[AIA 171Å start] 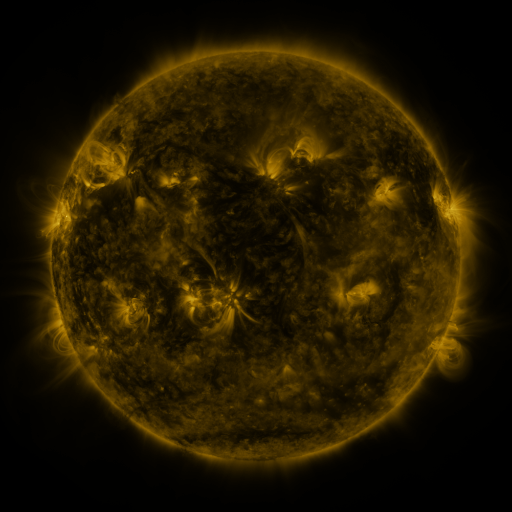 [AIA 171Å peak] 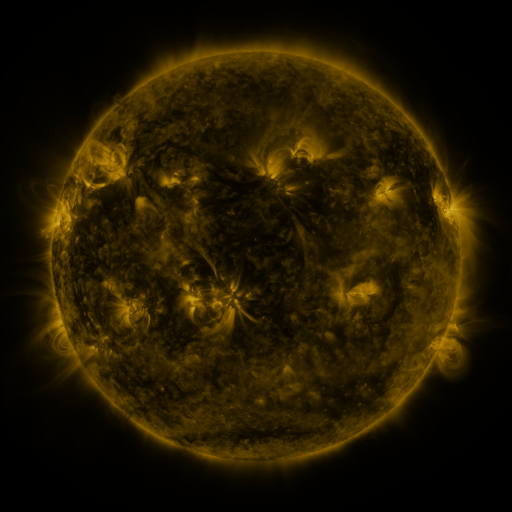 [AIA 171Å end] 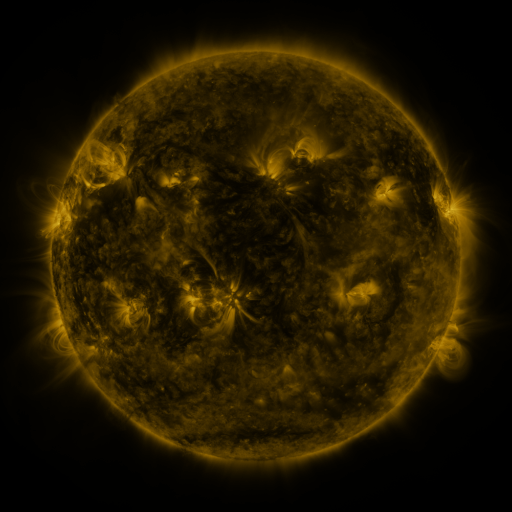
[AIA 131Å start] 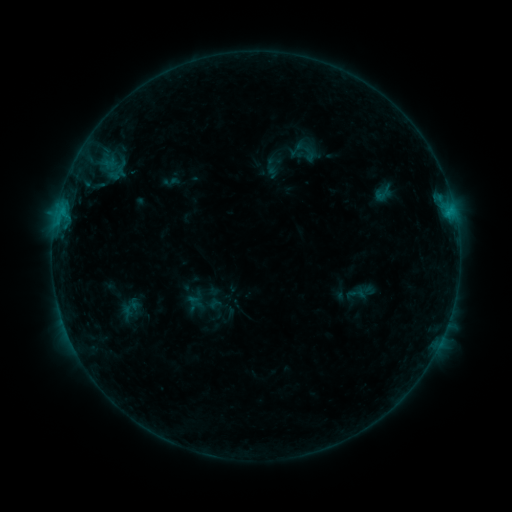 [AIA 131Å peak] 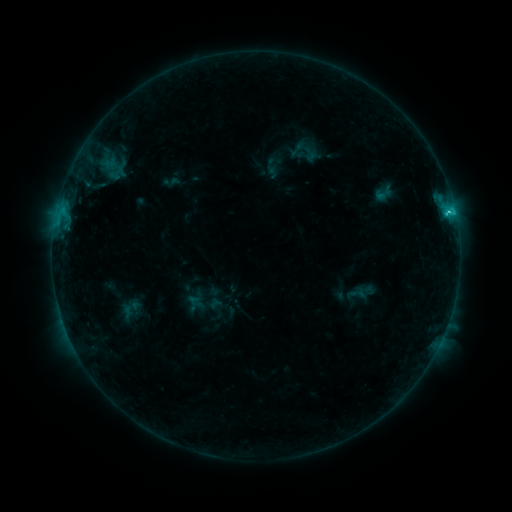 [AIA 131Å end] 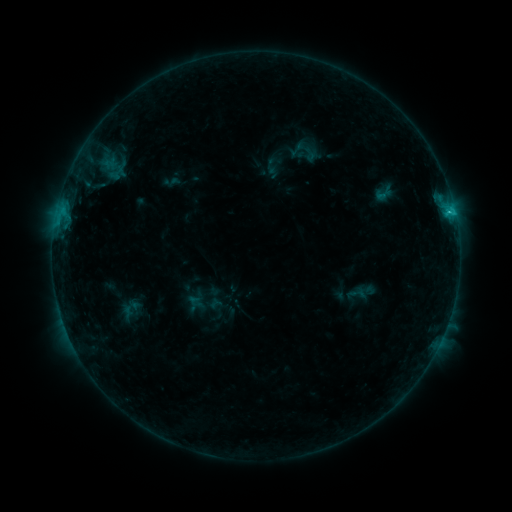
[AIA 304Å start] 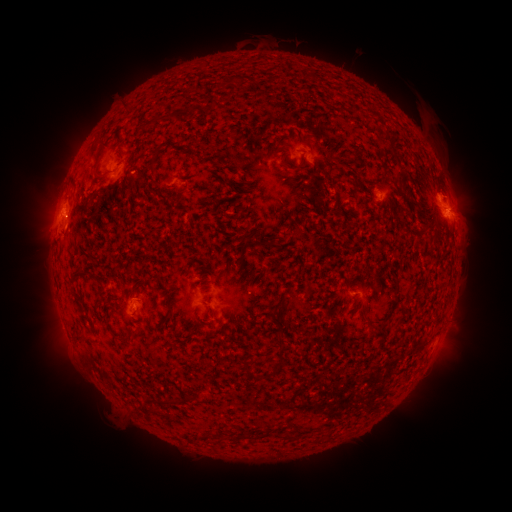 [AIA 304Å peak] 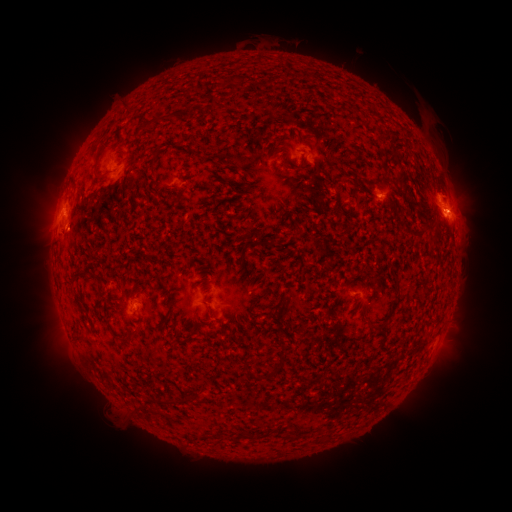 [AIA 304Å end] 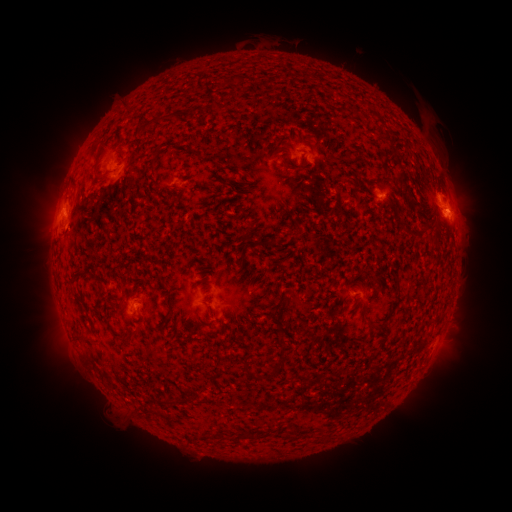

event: flare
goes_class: C1.5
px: (447, 216)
